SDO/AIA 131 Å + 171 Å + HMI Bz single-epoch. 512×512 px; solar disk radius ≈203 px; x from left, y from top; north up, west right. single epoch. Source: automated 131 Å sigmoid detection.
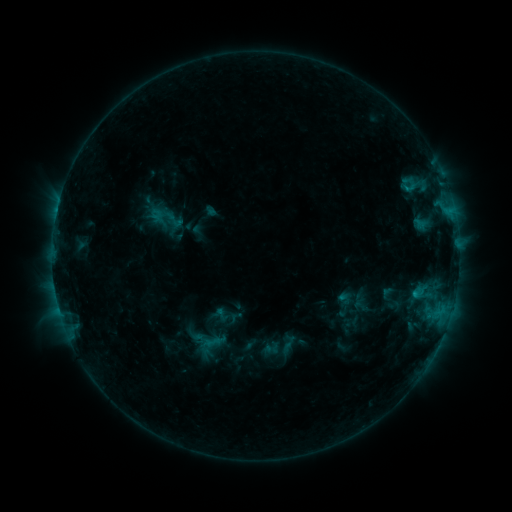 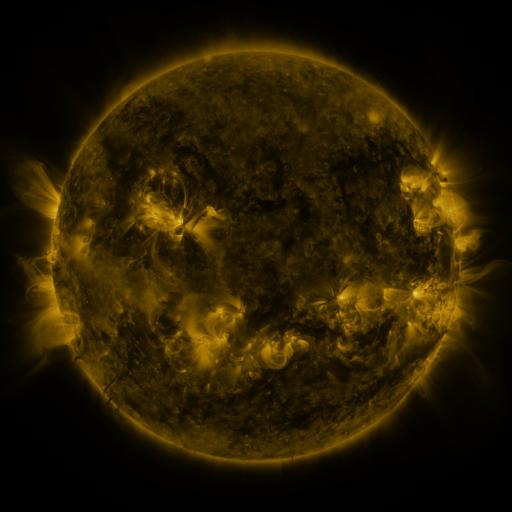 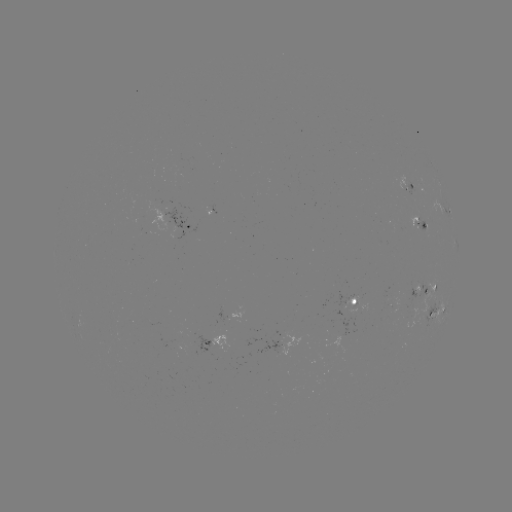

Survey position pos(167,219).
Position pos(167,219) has sigmoid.